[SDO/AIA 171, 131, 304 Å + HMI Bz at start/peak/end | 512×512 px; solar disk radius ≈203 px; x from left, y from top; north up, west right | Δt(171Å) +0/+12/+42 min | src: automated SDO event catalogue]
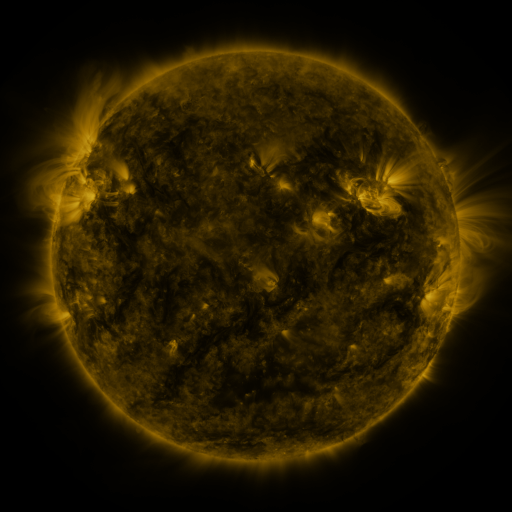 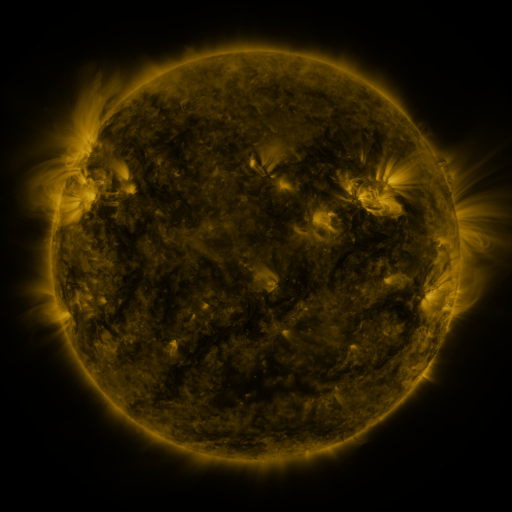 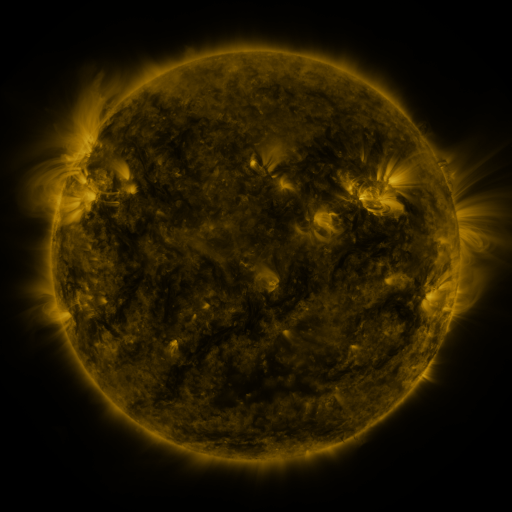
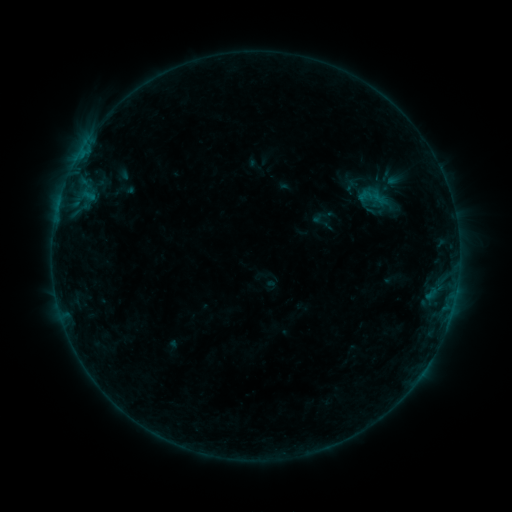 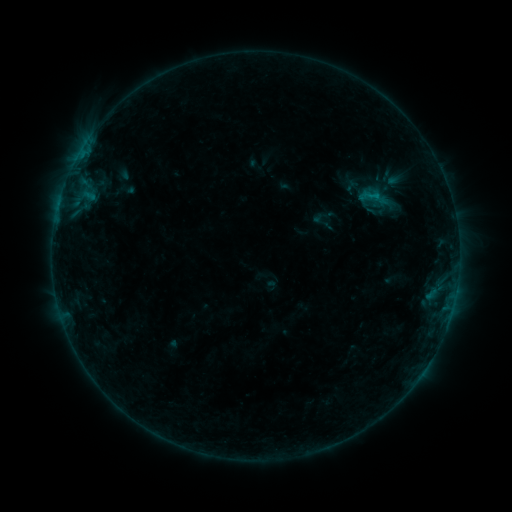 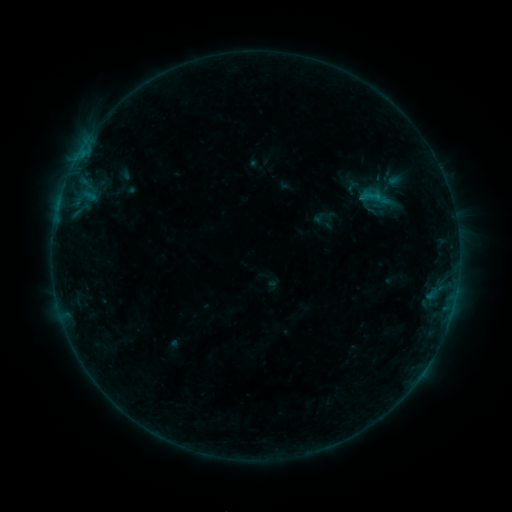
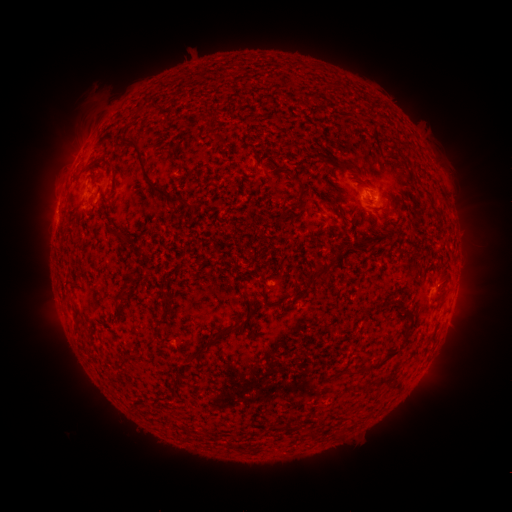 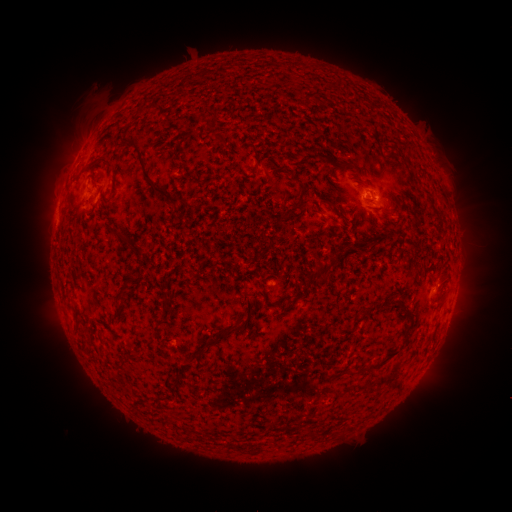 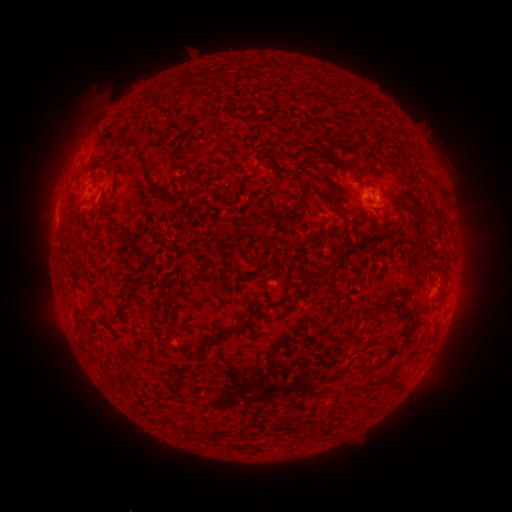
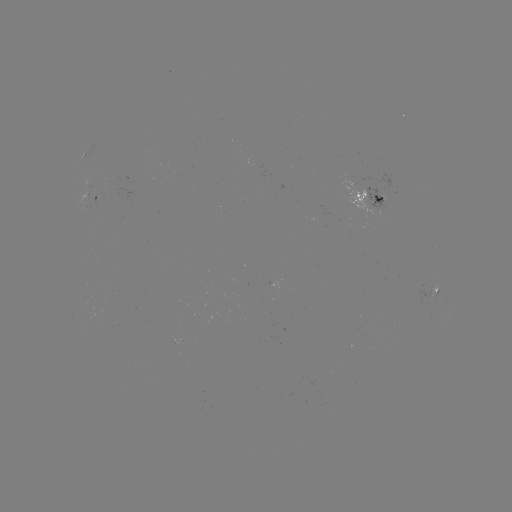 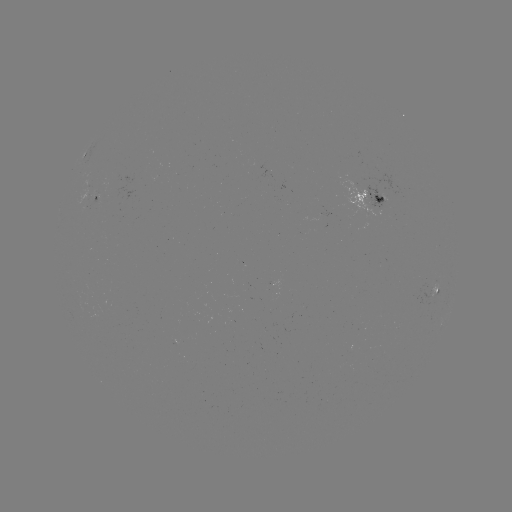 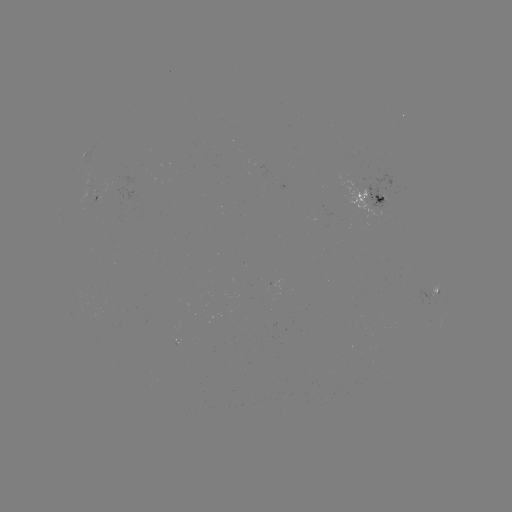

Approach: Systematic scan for B3.9 flare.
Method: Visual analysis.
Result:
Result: B3.9 flare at (376, 198).